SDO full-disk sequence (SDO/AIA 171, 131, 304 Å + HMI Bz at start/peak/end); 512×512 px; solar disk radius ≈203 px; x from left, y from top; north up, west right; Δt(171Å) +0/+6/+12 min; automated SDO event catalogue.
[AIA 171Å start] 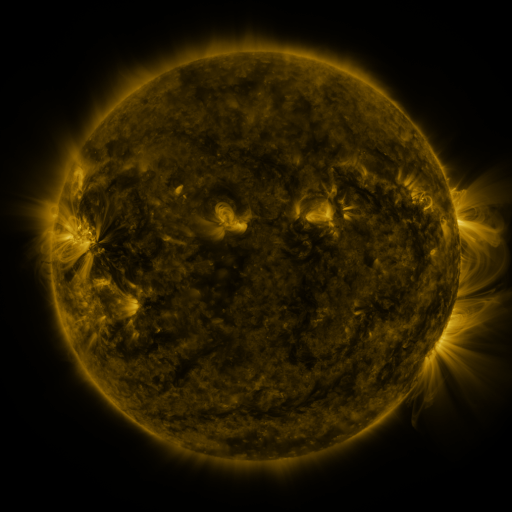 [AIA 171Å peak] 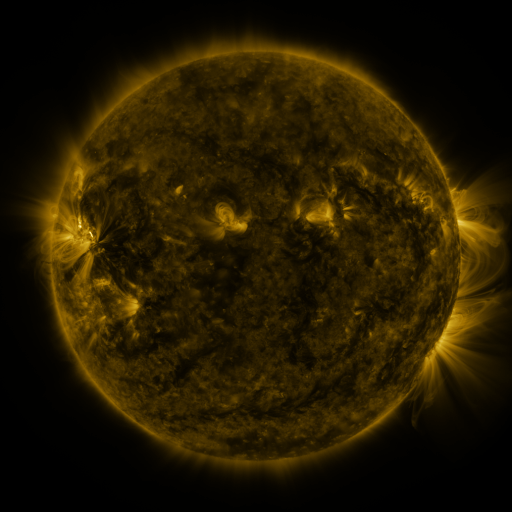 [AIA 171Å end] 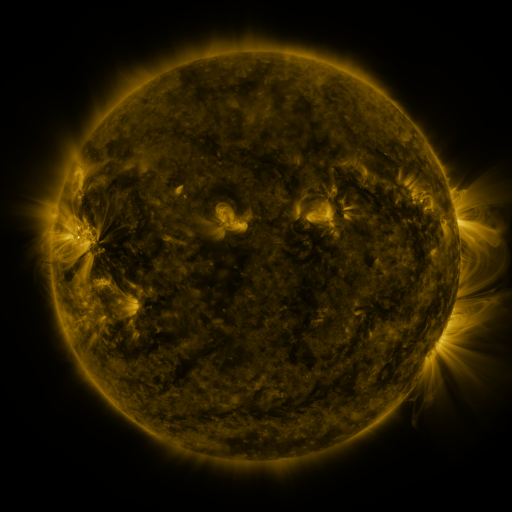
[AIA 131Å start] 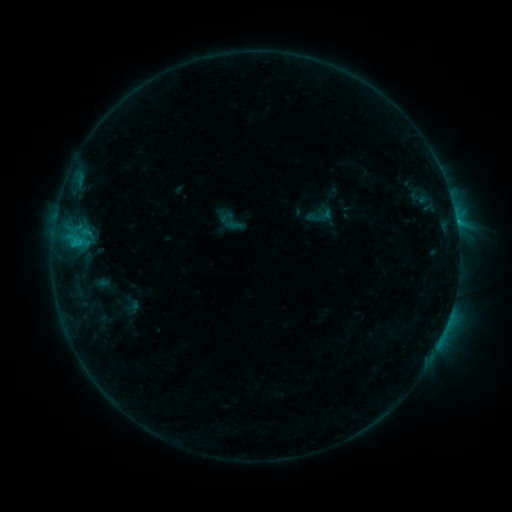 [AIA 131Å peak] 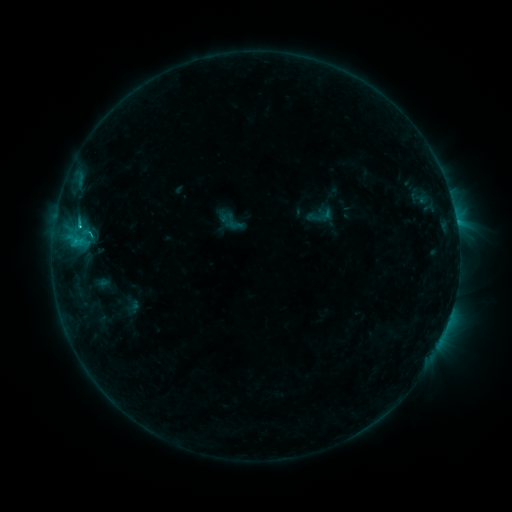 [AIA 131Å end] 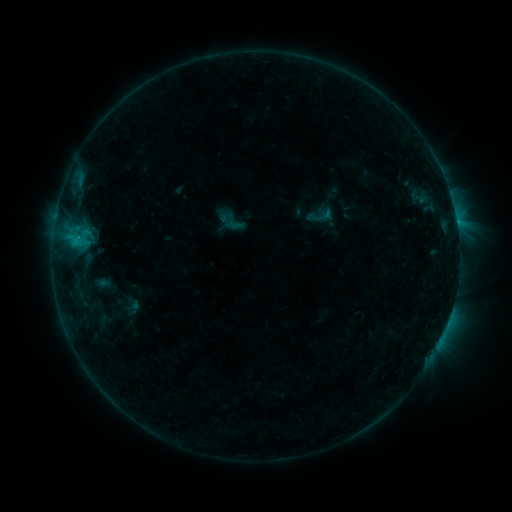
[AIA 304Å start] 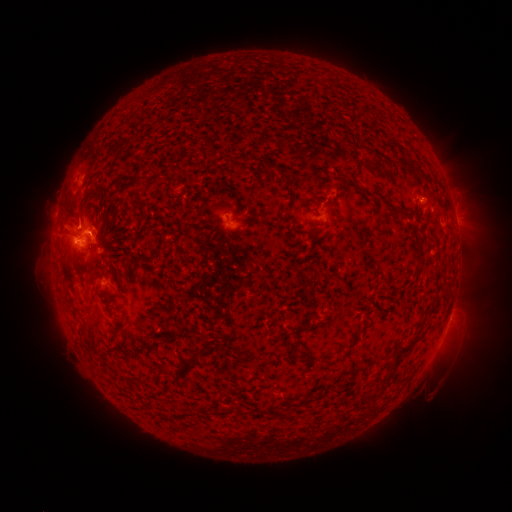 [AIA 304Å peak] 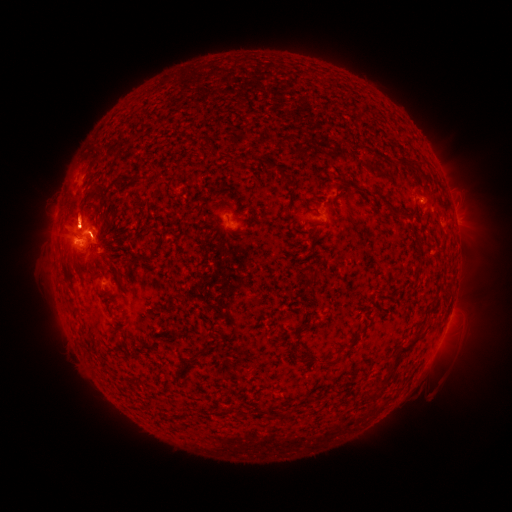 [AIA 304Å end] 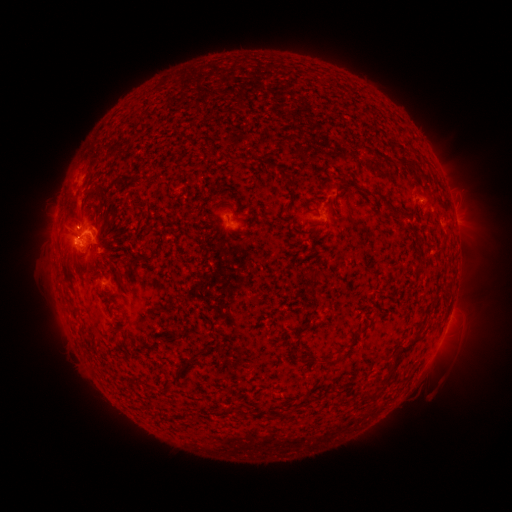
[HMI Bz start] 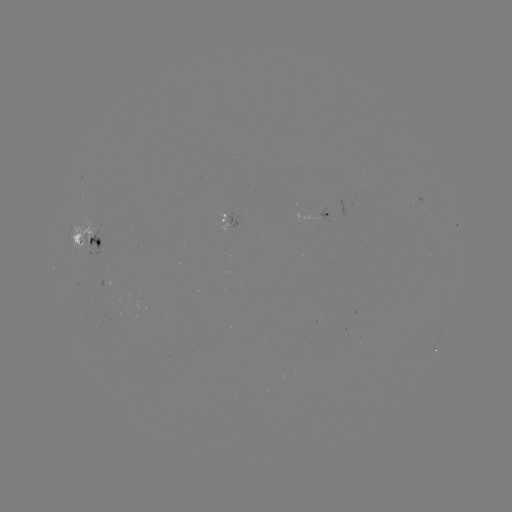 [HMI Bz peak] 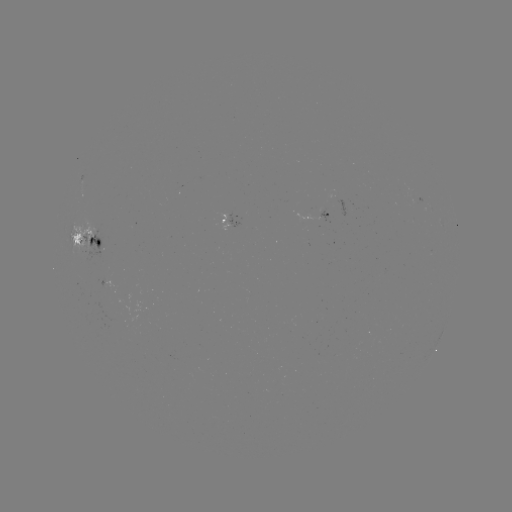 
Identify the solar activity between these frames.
eruption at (78, 210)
